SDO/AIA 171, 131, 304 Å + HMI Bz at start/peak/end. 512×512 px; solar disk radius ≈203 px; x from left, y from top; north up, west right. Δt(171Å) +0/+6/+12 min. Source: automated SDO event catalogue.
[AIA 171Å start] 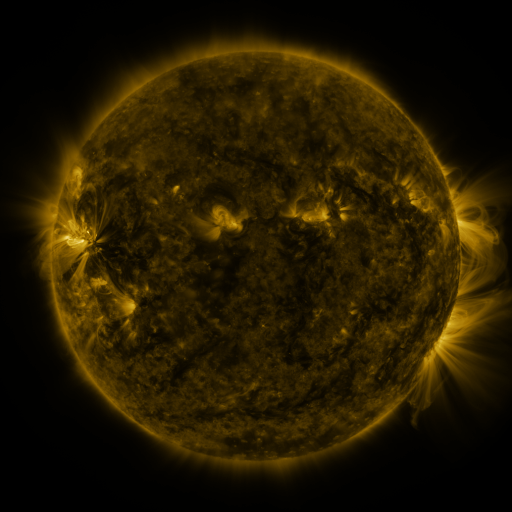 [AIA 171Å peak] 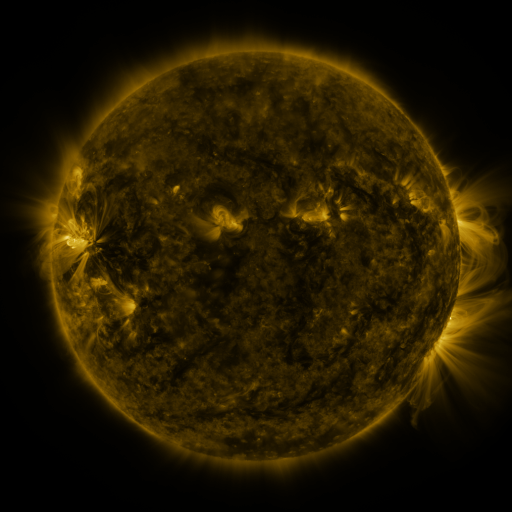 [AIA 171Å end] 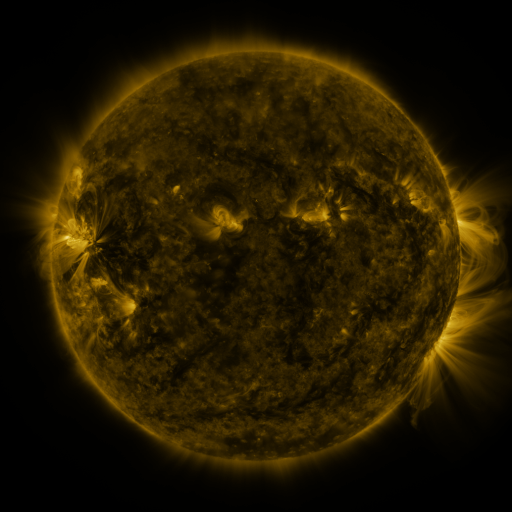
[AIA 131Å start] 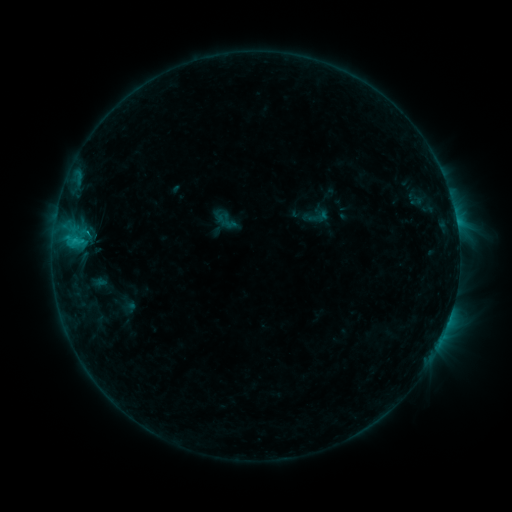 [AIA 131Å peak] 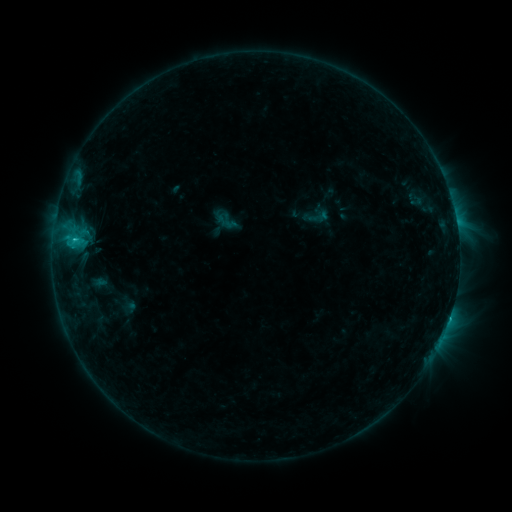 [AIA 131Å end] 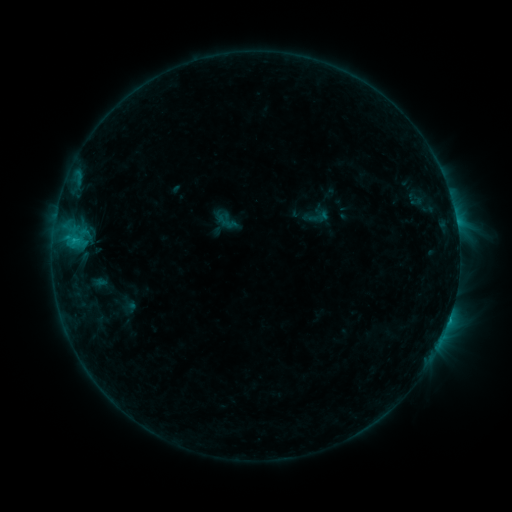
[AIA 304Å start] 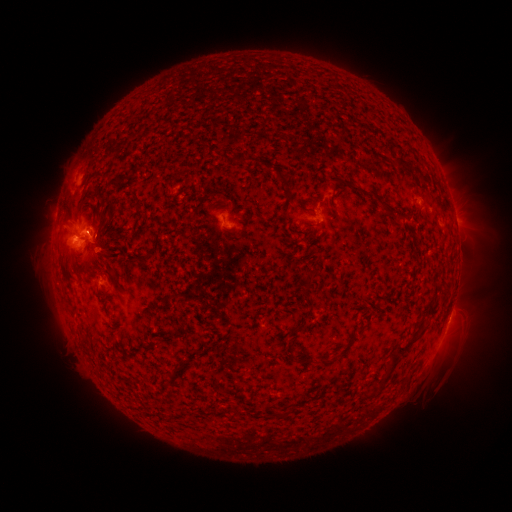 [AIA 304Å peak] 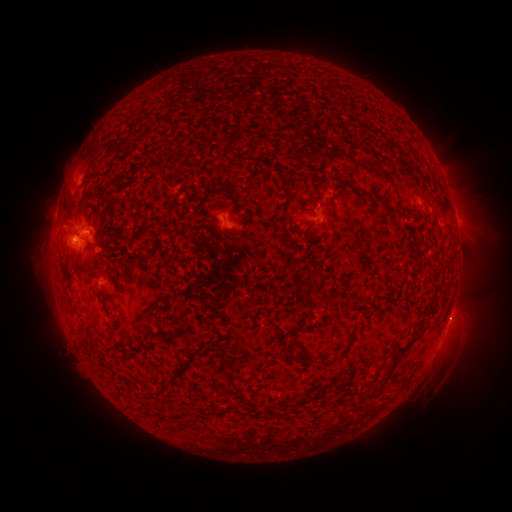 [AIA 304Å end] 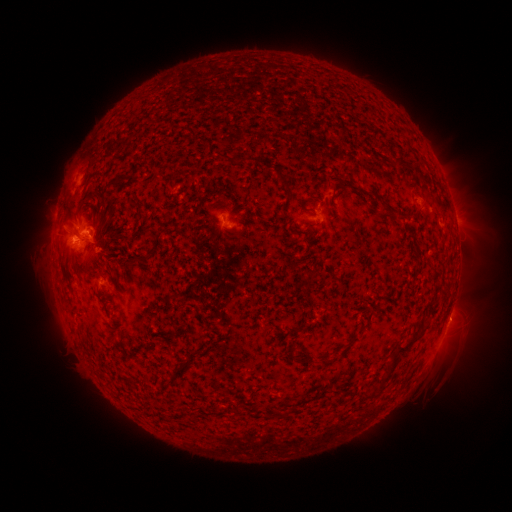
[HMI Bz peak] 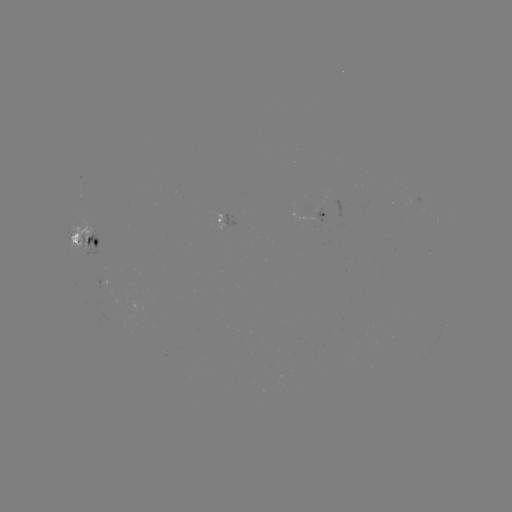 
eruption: [427, 295, 480, 347]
